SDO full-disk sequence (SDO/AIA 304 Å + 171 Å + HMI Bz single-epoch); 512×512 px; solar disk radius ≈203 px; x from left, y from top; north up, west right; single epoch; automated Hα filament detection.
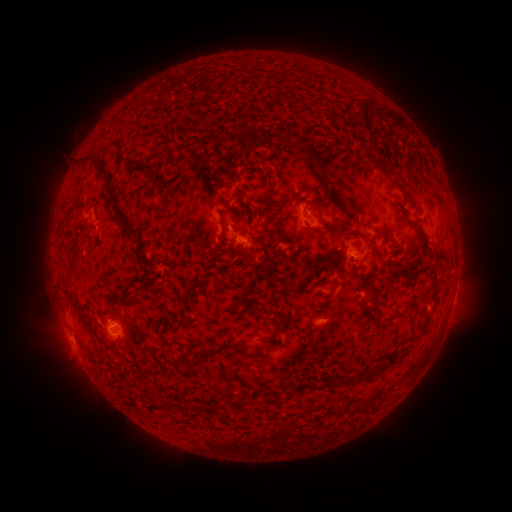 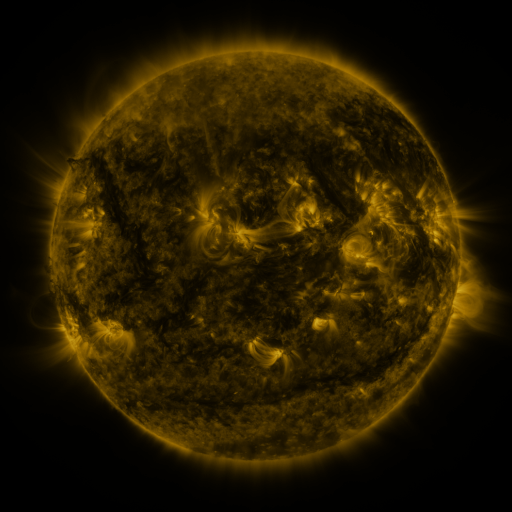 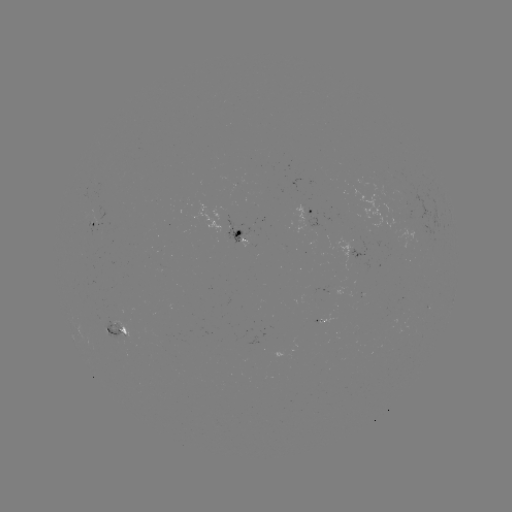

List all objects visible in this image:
filament: <bbox>354, 97, 374, 138</bbox>
filament: <bbox>375, 104, 396, 122</bbox>
filament: <bbox>290, 140, 305, 156</bbox>
filament: <bbox>307, 149, 319, 164</bbox>
filament: <bbox>114, 150, 132, 167</bbox>
filament: <bbox>78, 156, 93, 170</bbox>
filament: <bbox>94, 165, 106, 176</bbox>
filament: <bbox>380, 165, 391, 178</bbox>
filament: <bbox>319, 176, 331, 186</bbox>
filament: <bbox>328, 189, 342, 208</bbox>
filament: <bbox>262, 191, 272, 204</bbox>
filament: <bbox>109, 194, 120, 207</bbox>
filament: <bbox>275, 194, 297, 215</bbox>
filament: <bbox>244, 199, 250, 208</bbox>
filament: <bbox>308, 201, 315, 211</bbox>
filament: <bbox>343, 212, 355, 219</bbox>
filament: <bbox>220, 217, 228, 243</bbox>
filament: <bbox>409, 218, 430, 248</bbox>
filament: <bbox>320, 219, 346, 234</bbox>
filament: <bbox>367, 234, 376, 250</bbox>
filament: <bbox>429, 247, 443, 257</bbox>
filament: <bbox>132, 250, 142, 258</bbox>
filament: <bbox>395, 261, 406, 271</bbox>
filament: <bbox>185, 276, 203, 297</bbox>
filament: <bbox>324, 283, 337, 302</bbox>
filament: <bbox>419, 286, 427, 295</bbox>
filament: <bbox>364, 304, 382, 325</bbox>
filament: <bbox>387, 308, 401, 320</bbox>
filament: <bbox>162, 342, 169, 358</bbox>
filament: <bbox>231, 344, 249, 356</bbox>
filament: <bbox>322, 347, 401, 387</bbox>
filament: <bbox>180, 350, 213, 368</bbox>
filament: <bbox>195, 402, 204, 411</bbox>
